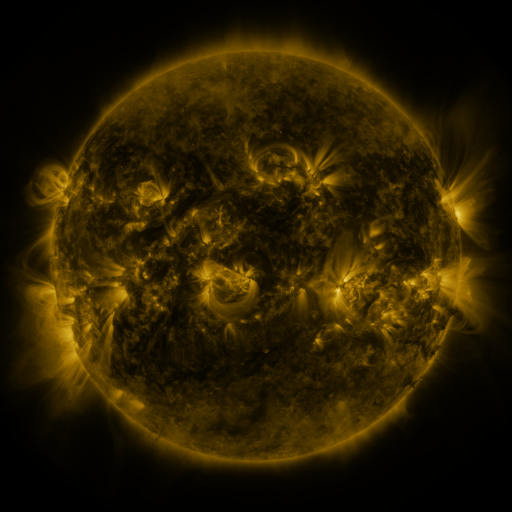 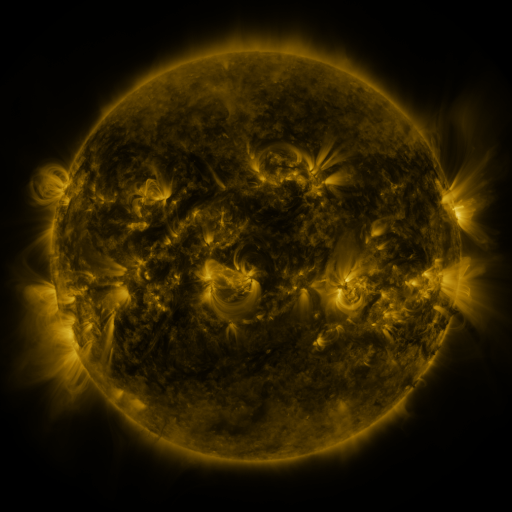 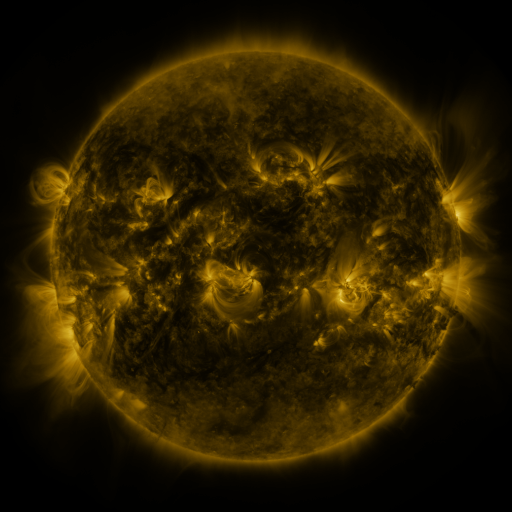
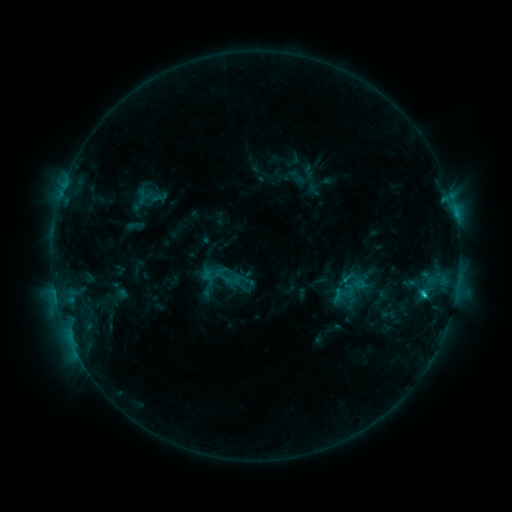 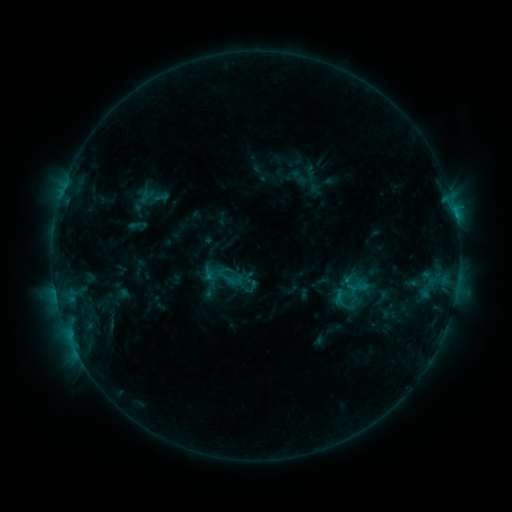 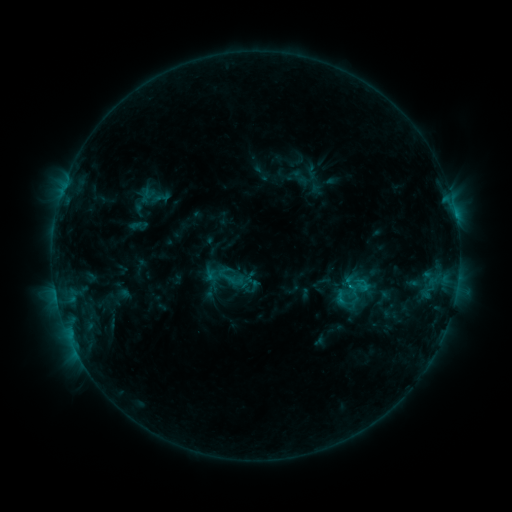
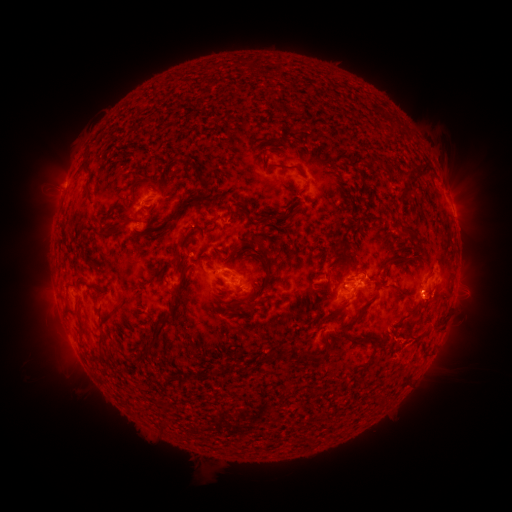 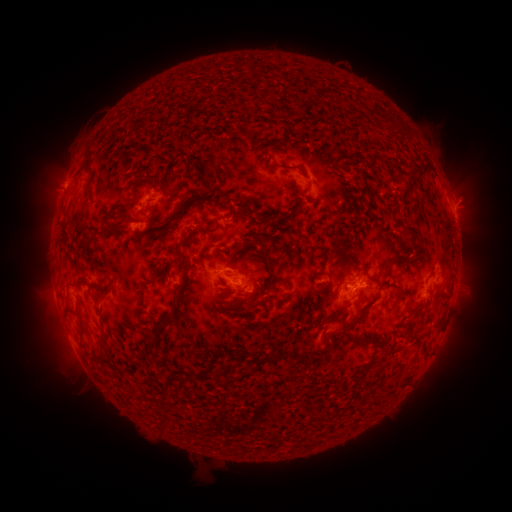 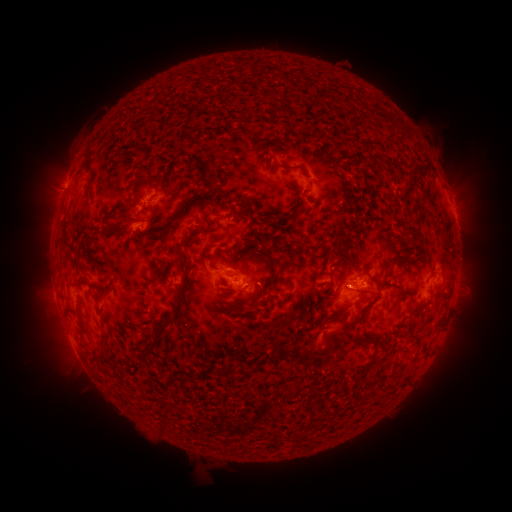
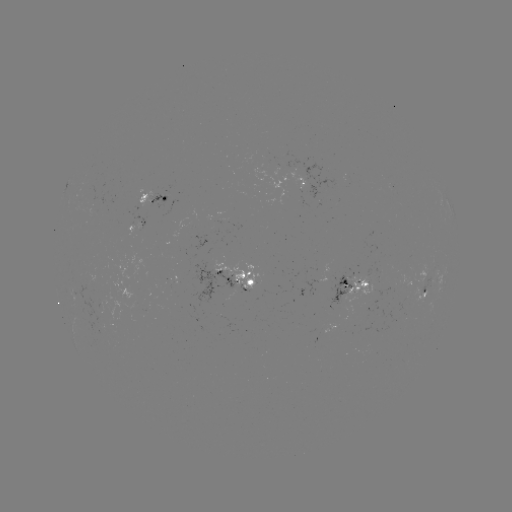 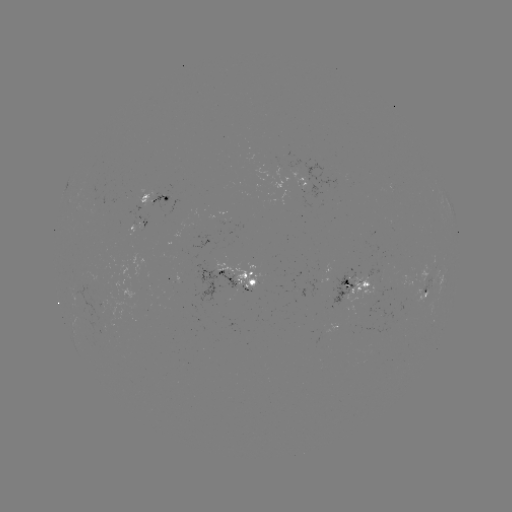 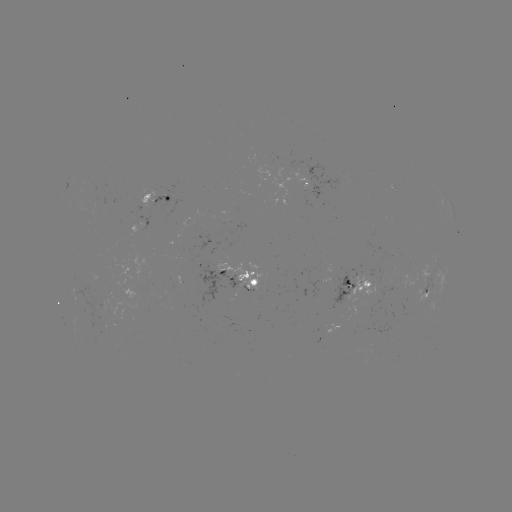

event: emerging-flux region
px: (422, 279)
